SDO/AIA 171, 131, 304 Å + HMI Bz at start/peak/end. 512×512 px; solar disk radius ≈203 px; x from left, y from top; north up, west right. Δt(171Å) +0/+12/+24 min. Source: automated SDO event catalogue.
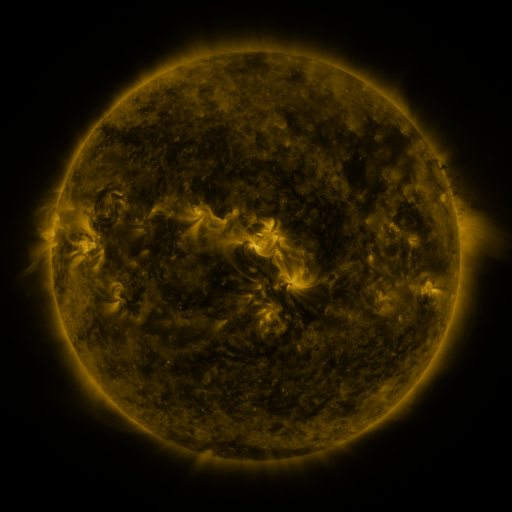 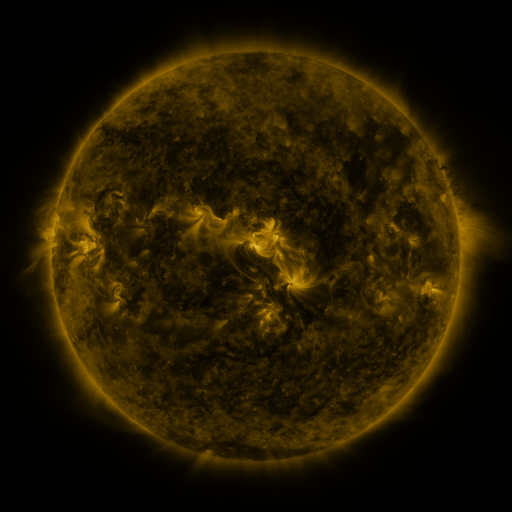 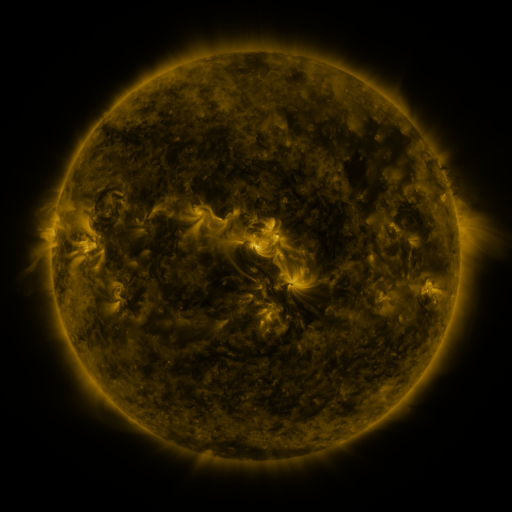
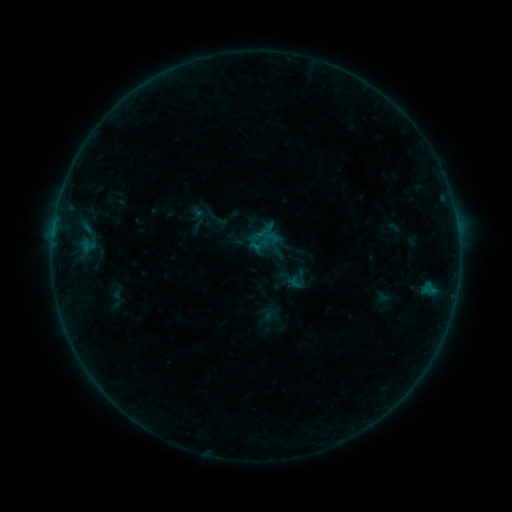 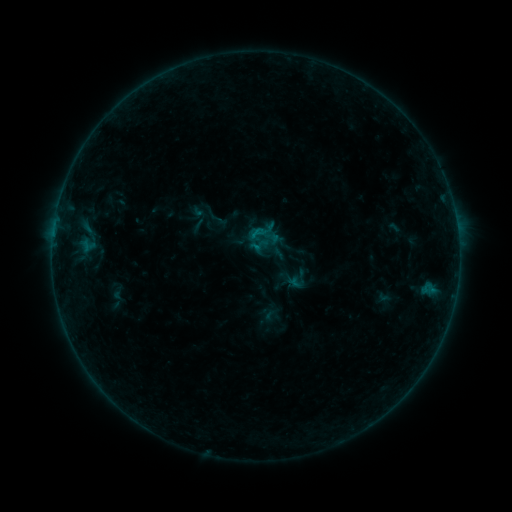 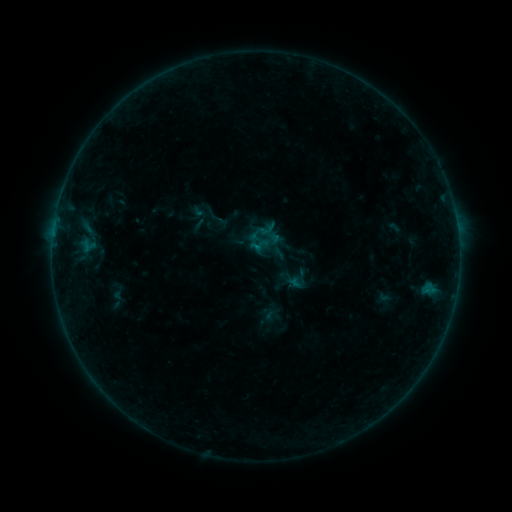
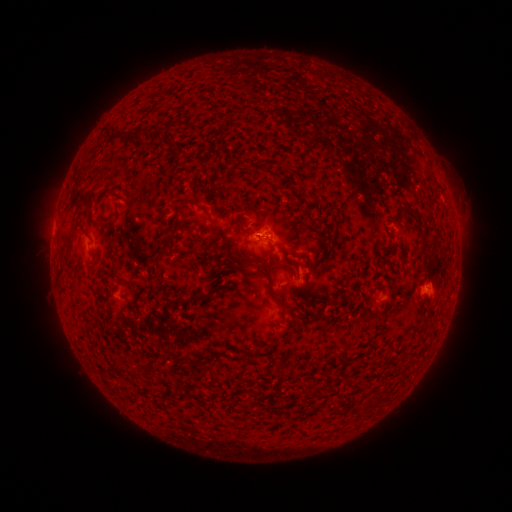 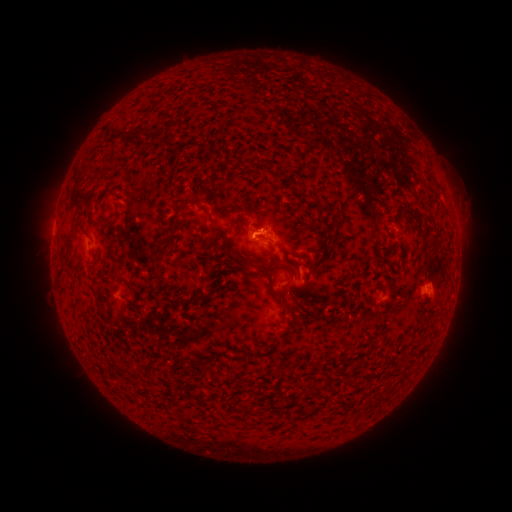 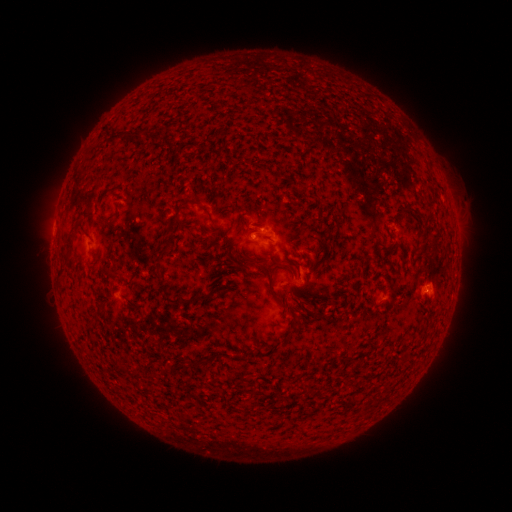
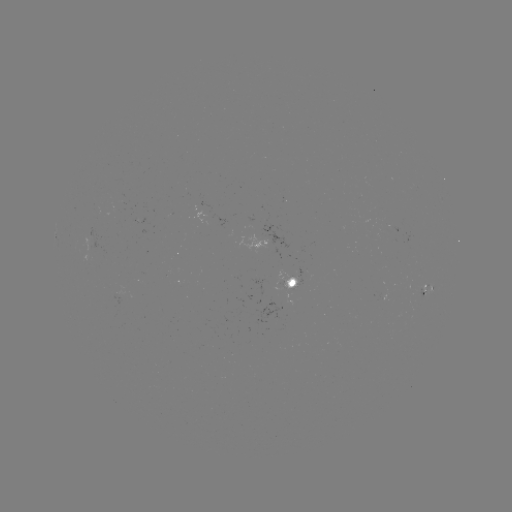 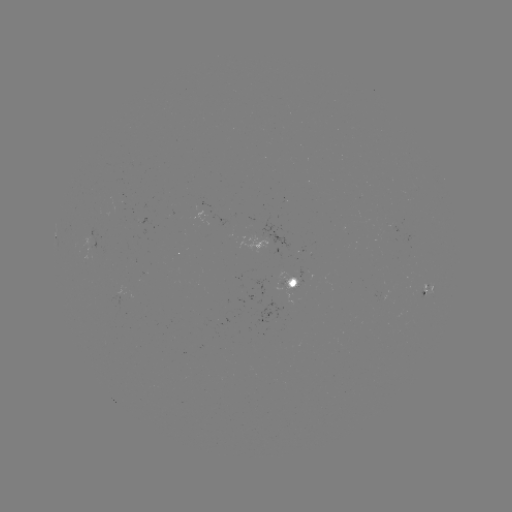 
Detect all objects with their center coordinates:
B2.3 flare: (256, 232)
